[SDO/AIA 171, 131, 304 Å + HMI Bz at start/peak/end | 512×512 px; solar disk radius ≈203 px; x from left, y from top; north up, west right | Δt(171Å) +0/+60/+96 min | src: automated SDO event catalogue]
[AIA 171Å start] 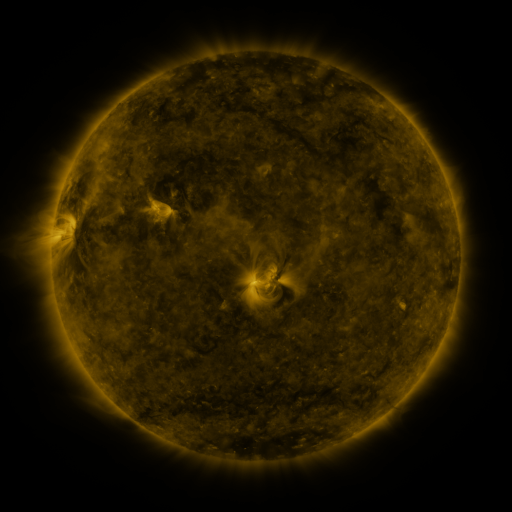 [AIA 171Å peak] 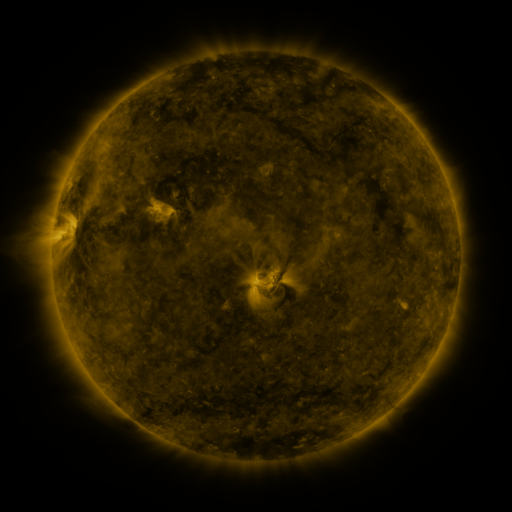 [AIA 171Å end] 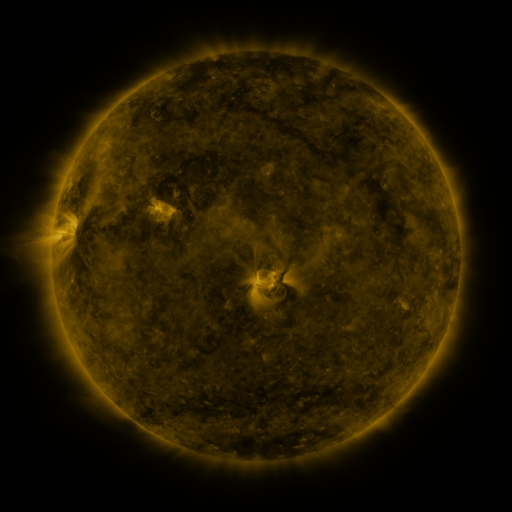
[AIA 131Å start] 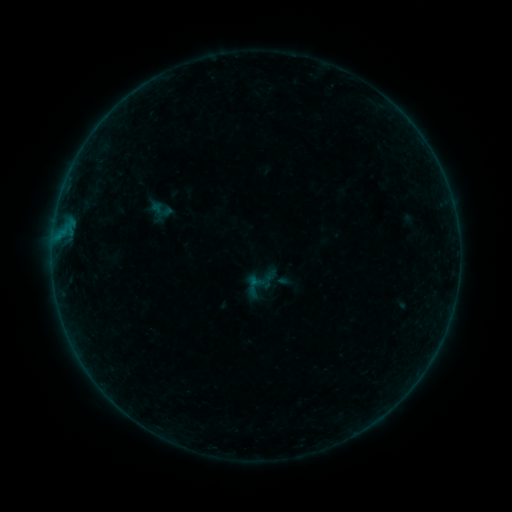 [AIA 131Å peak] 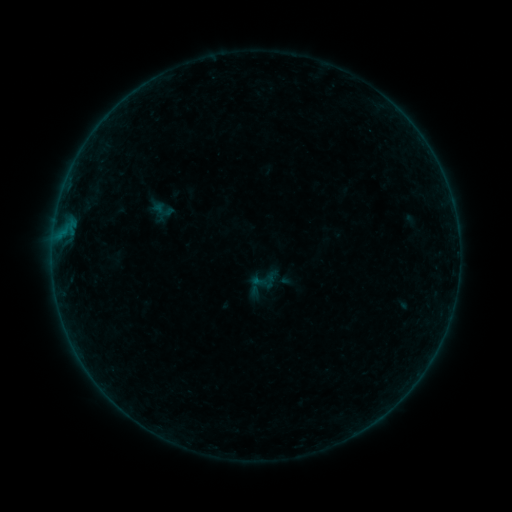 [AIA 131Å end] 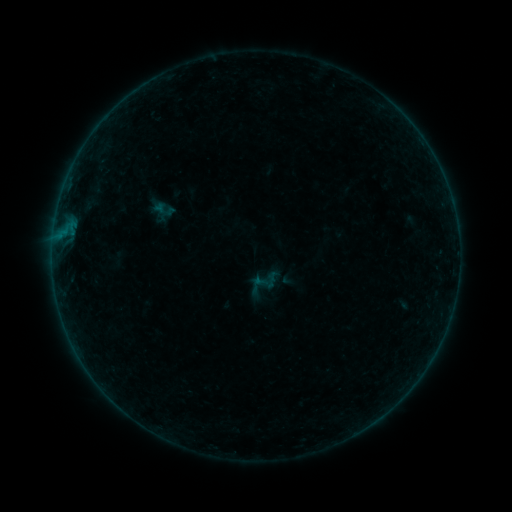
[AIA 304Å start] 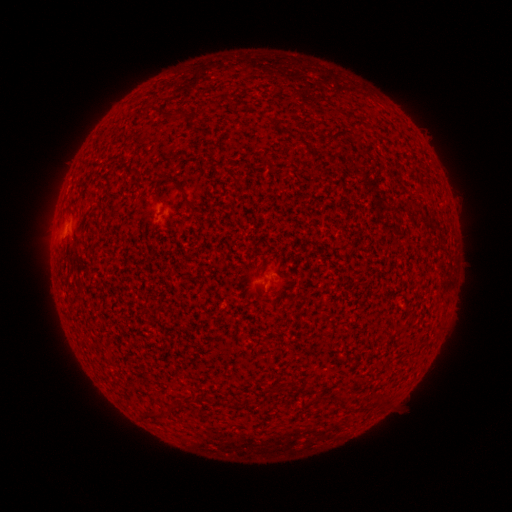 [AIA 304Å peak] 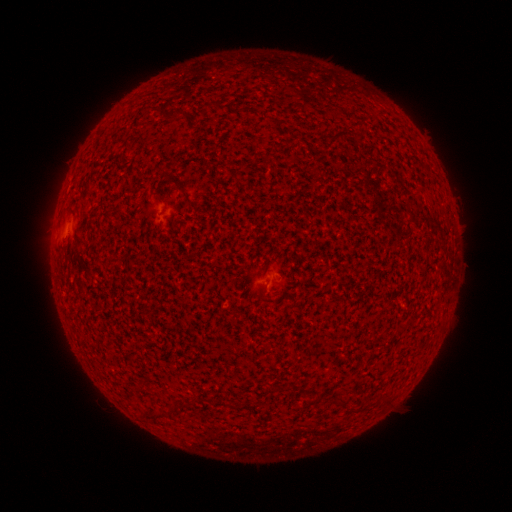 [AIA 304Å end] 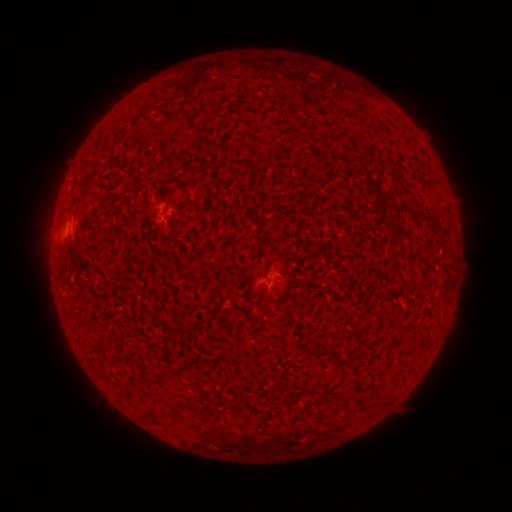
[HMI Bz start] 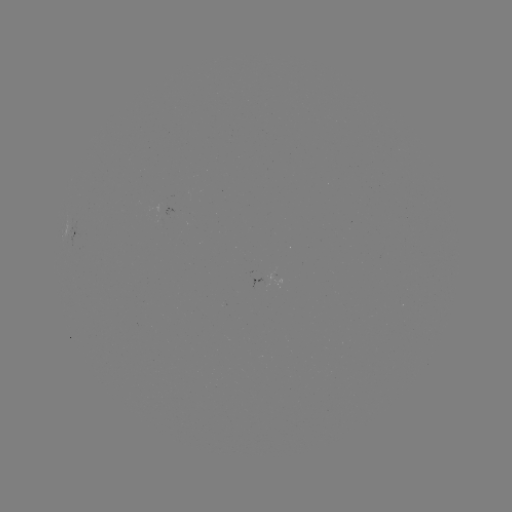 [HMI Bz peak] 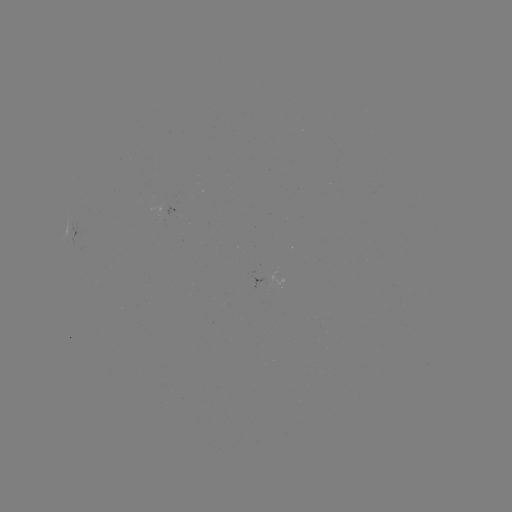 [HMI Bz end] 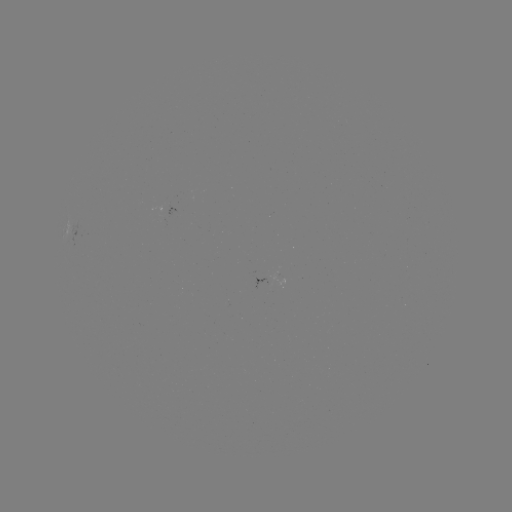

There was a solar emerging-flux region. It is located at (263, 279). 